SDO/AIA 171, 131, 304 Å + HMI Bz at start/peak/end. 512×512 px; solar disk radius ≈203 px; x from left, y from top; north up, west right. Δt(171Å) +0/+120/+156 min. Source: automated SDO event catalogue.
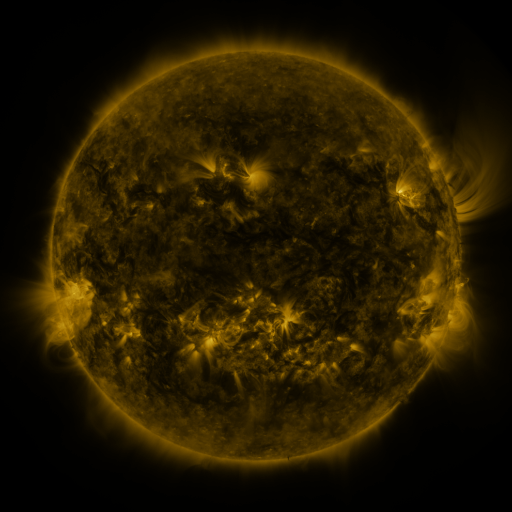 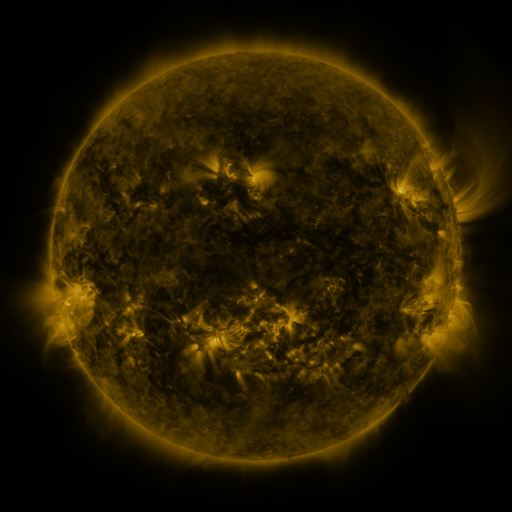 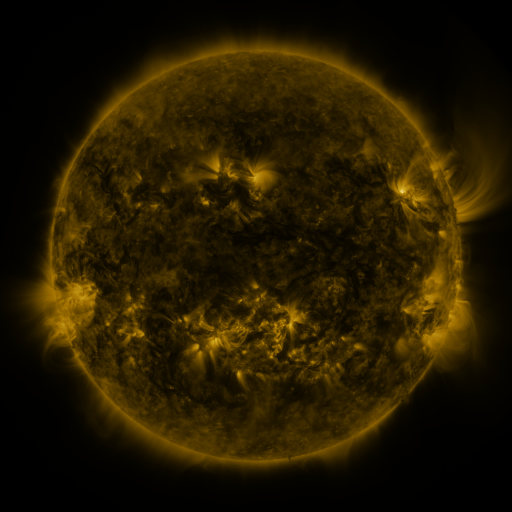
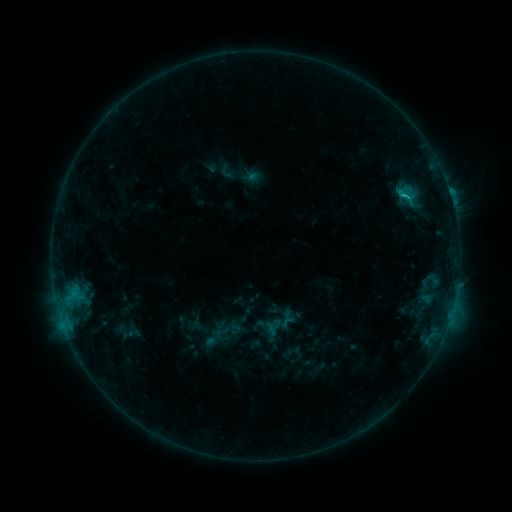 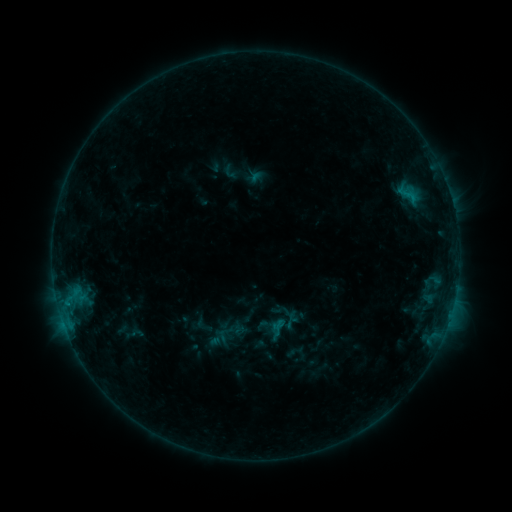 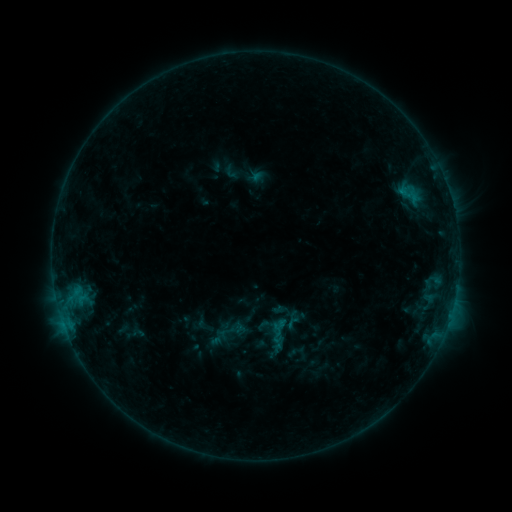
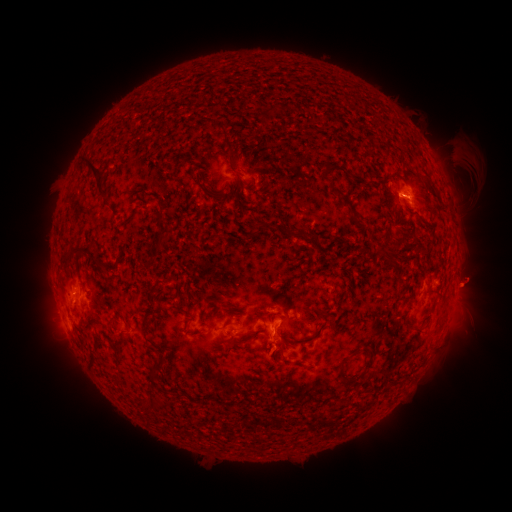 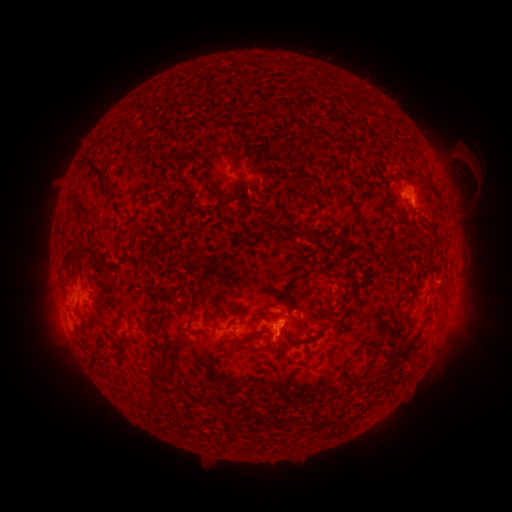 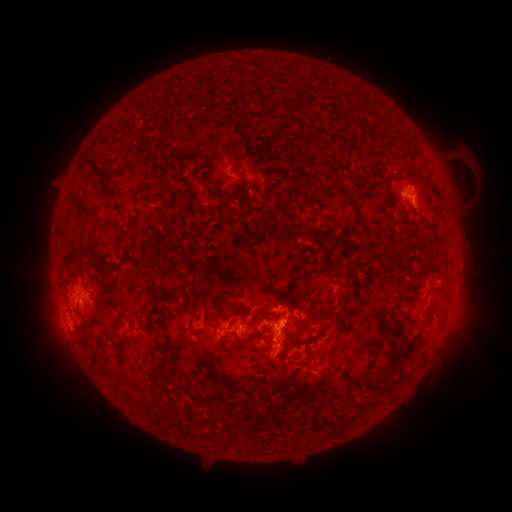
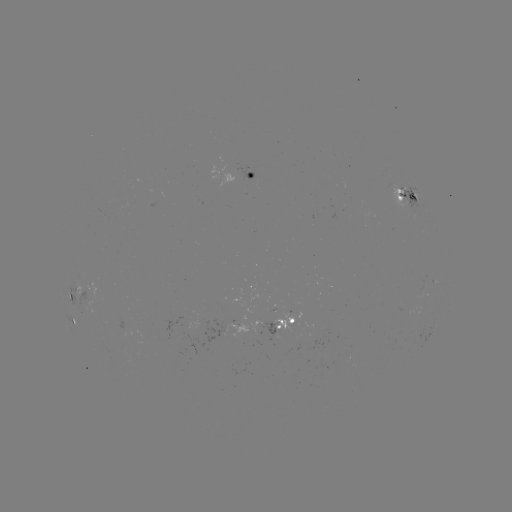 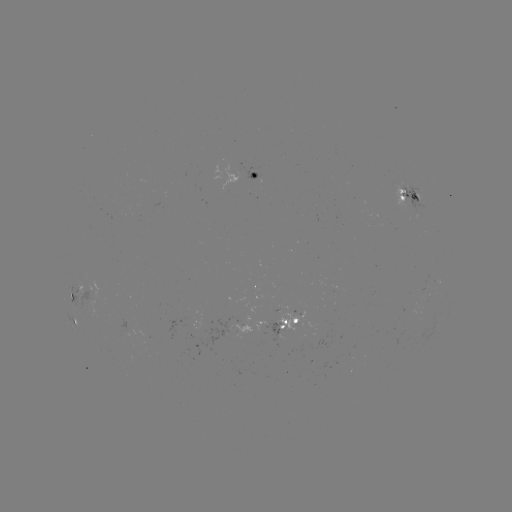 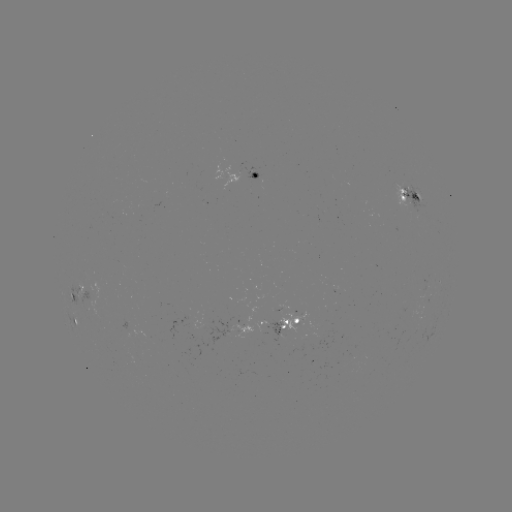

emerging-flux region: <bbox>228, 323, 252, 339</bbox>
